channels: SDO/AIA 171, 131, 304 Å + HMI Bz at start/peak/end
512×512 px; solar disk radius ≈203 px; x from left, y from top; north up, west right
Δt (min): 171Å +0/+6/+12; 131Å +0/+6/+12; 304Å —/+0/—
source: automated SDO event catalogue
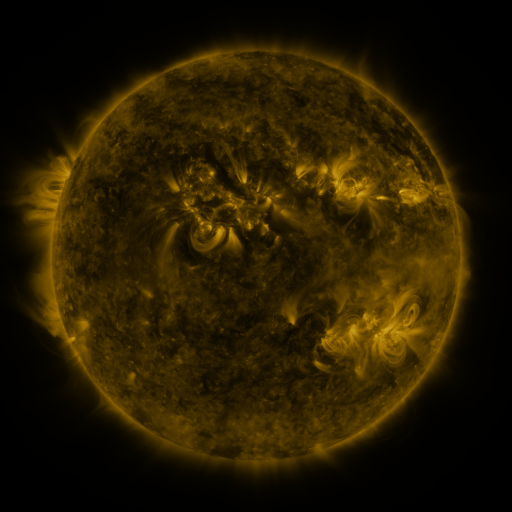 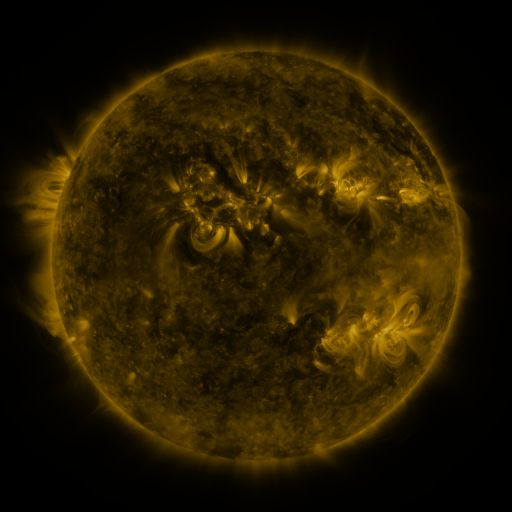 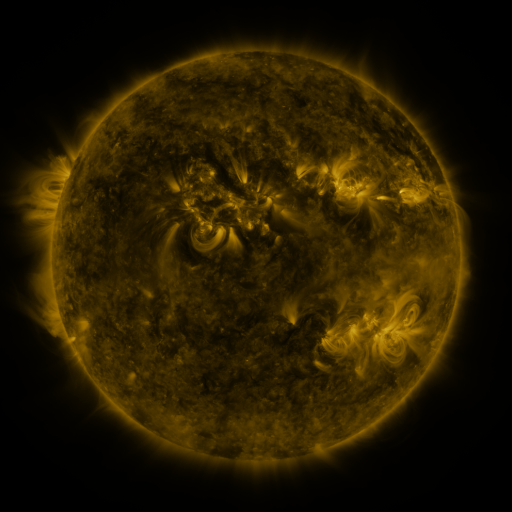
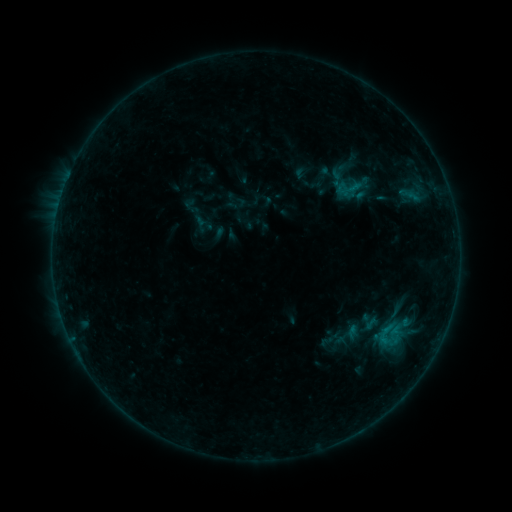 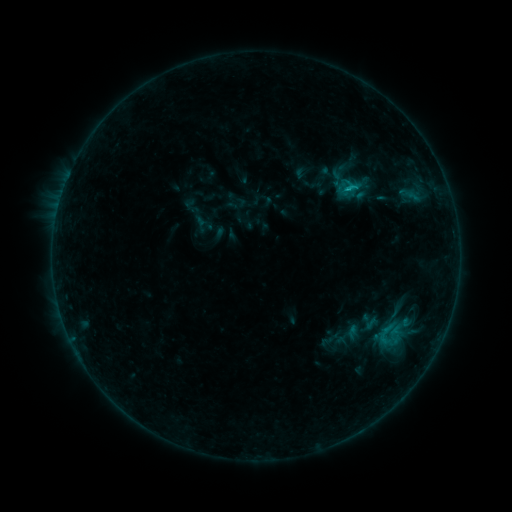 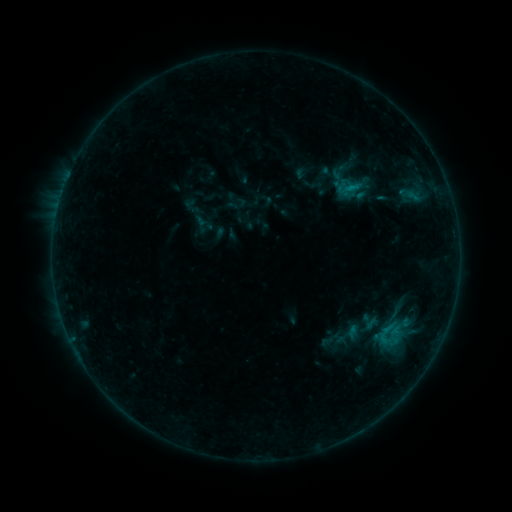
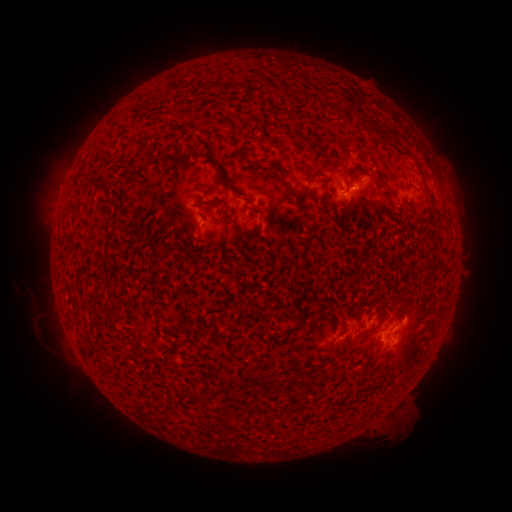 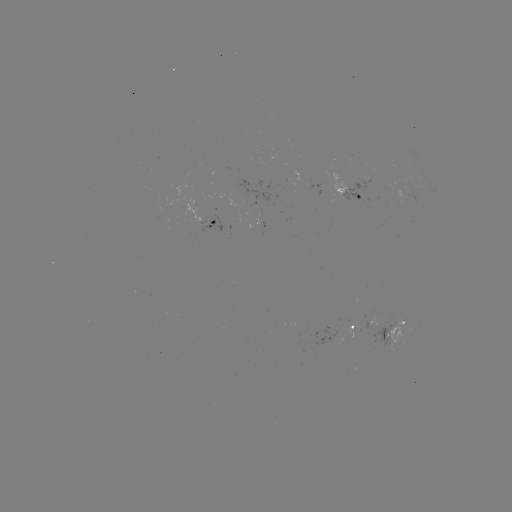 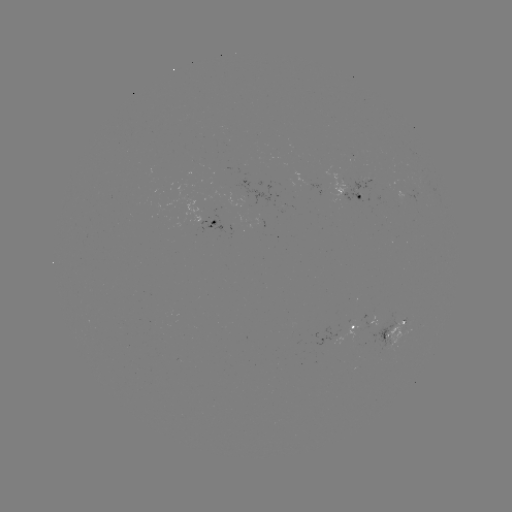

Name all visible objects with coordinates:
B6.1 flare: (349, 189)
